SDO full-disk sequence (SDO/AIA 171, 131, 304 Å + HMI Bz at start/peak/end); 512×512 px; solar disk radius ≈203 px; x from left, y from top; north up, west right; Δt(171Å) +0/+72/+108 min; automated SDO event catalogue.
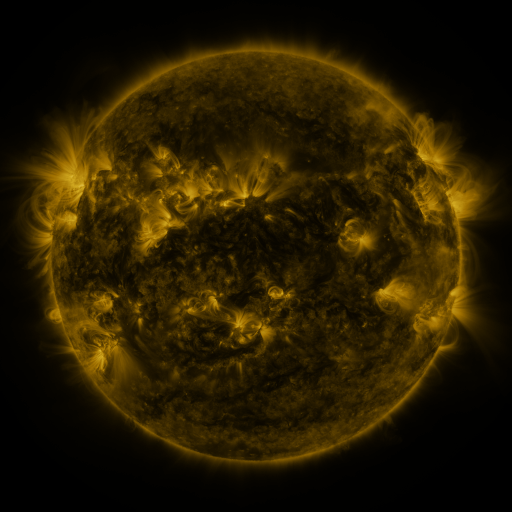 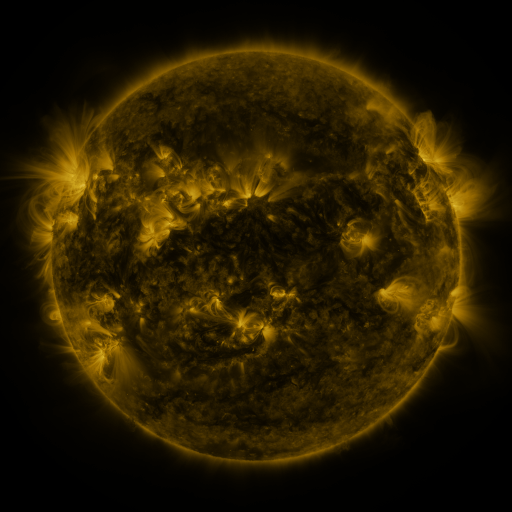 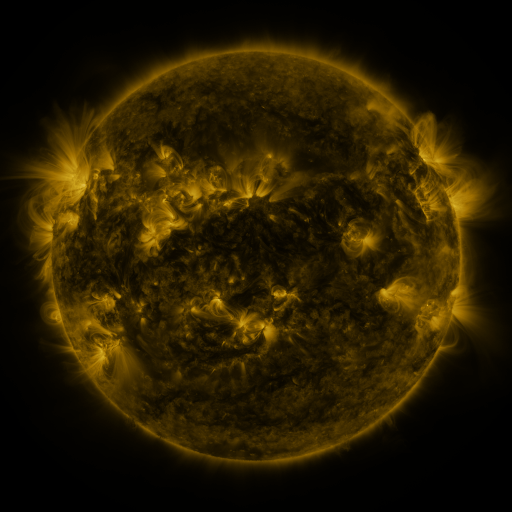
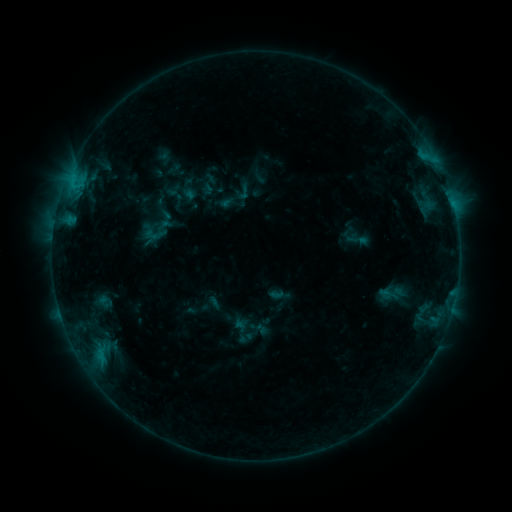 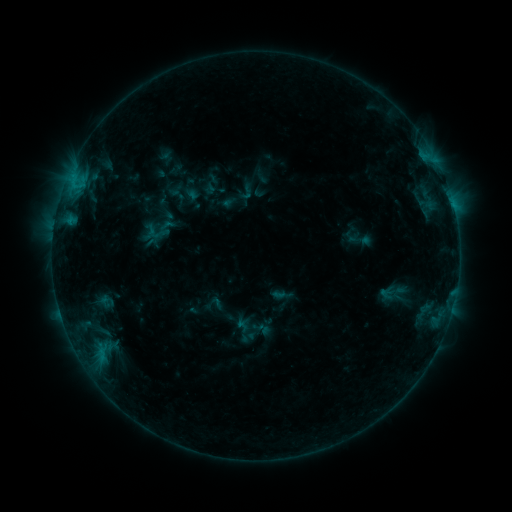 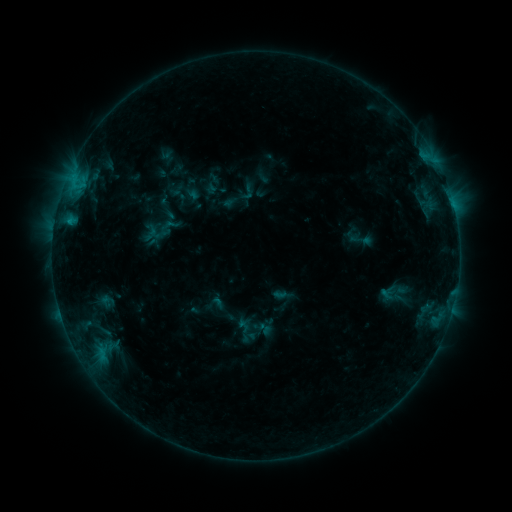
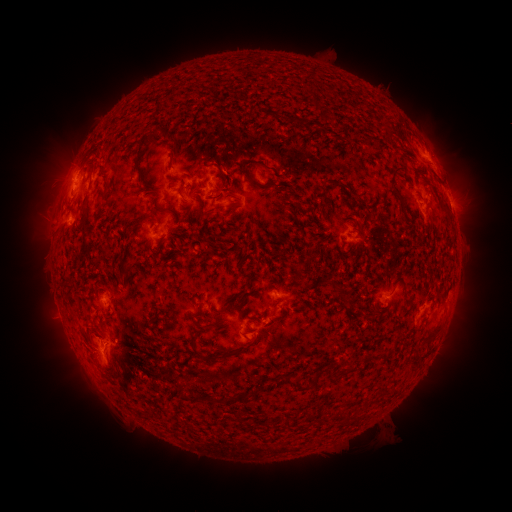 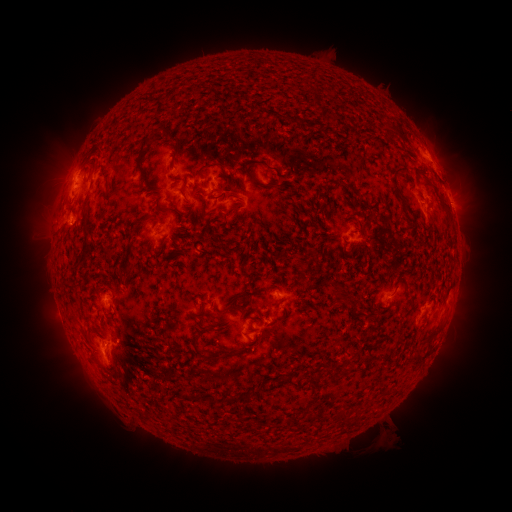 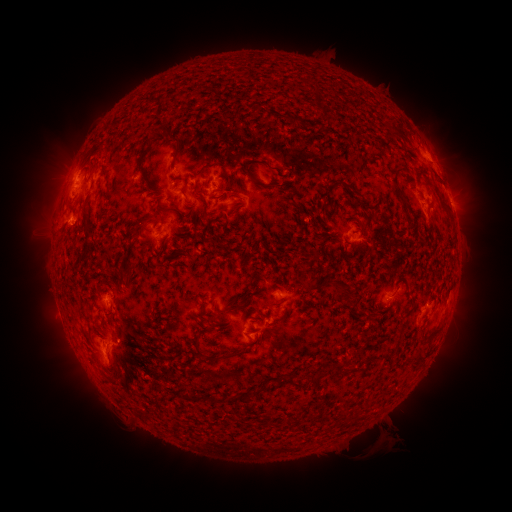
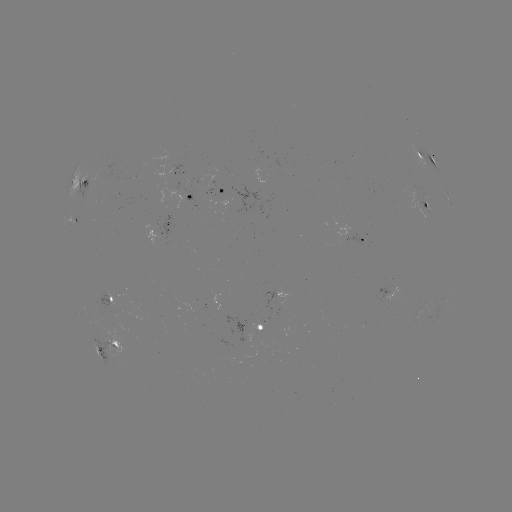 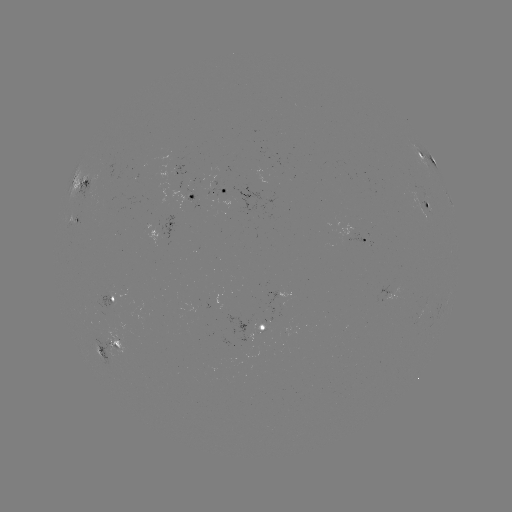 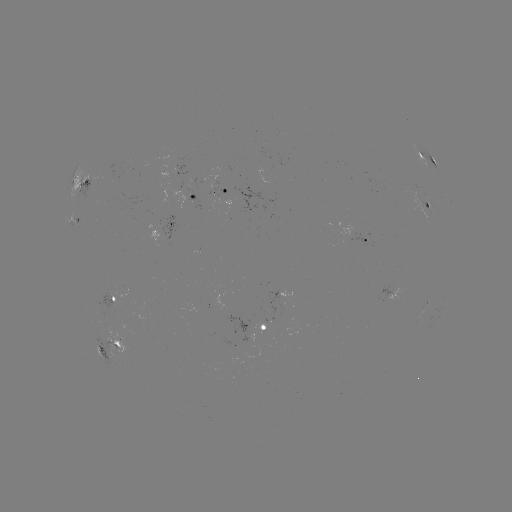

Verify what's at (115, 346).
emerging-flux region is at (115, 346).